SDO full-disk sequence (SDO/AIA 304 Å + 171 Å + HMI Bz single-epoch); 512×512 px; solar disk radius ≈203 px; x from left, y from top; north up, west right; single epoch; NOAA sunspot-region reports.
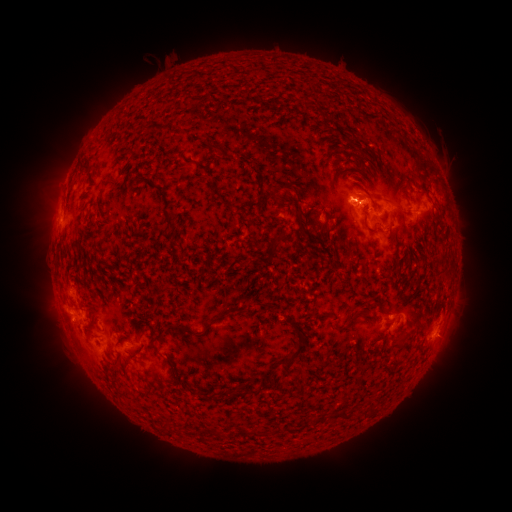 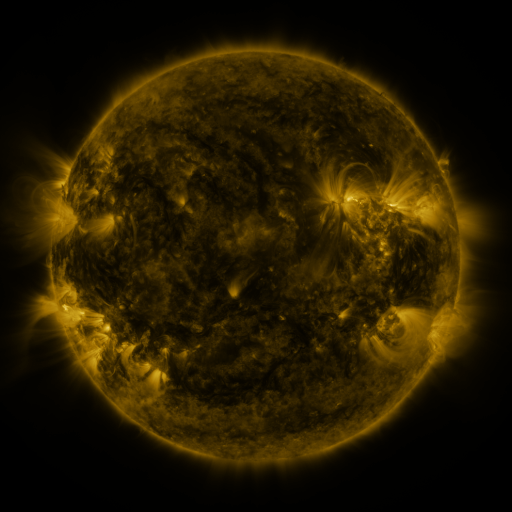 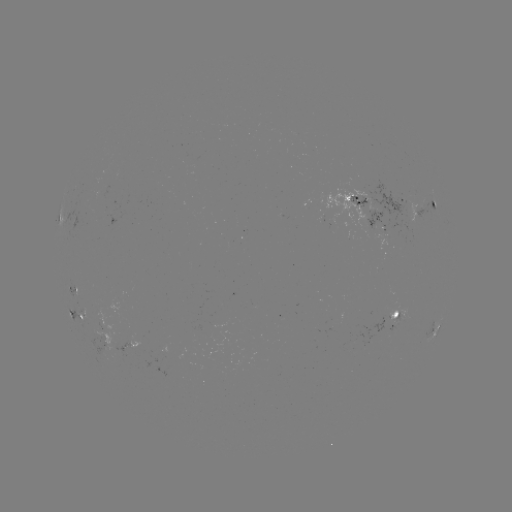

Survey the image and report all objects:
spotted active region: (401, 200)
spotted active region: (356, 201)
spotted active region: (435, 203)
spotted active region: (76, 288)
spotted active region: (76, 316)
spotted active region: (393, 316)
spotted active region: (432, 332)
